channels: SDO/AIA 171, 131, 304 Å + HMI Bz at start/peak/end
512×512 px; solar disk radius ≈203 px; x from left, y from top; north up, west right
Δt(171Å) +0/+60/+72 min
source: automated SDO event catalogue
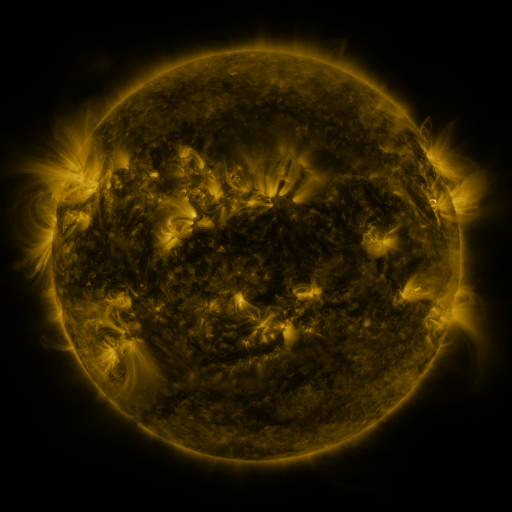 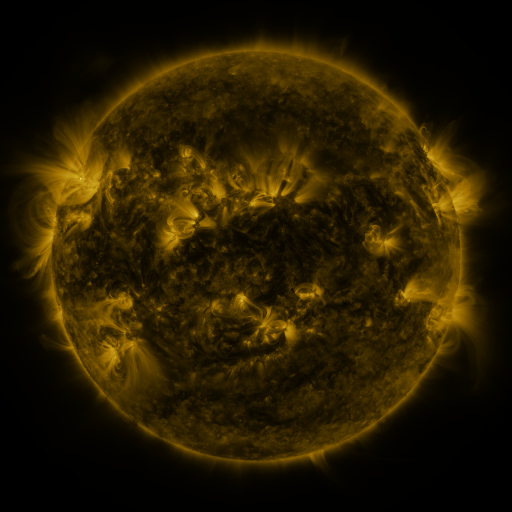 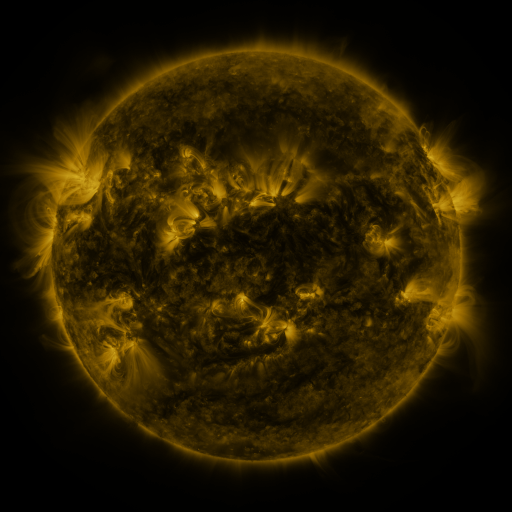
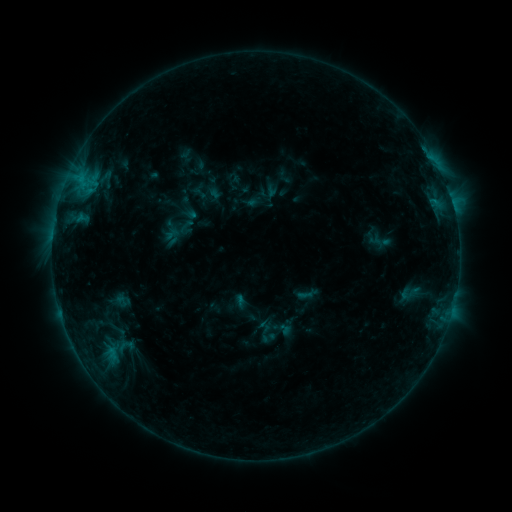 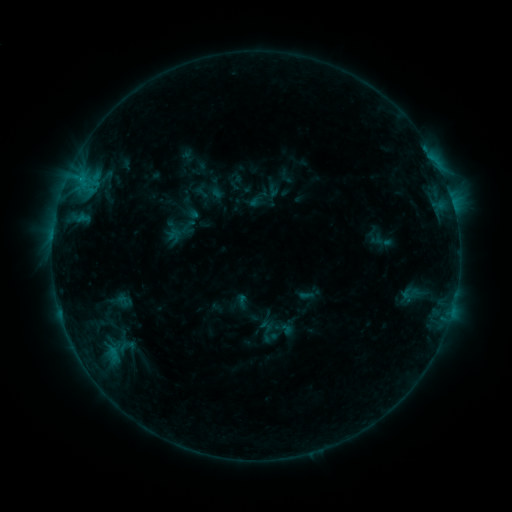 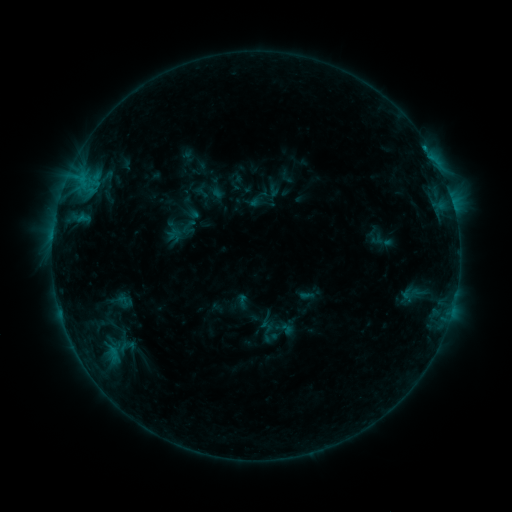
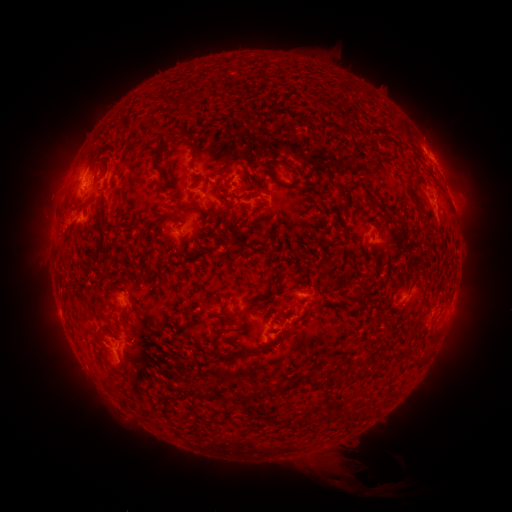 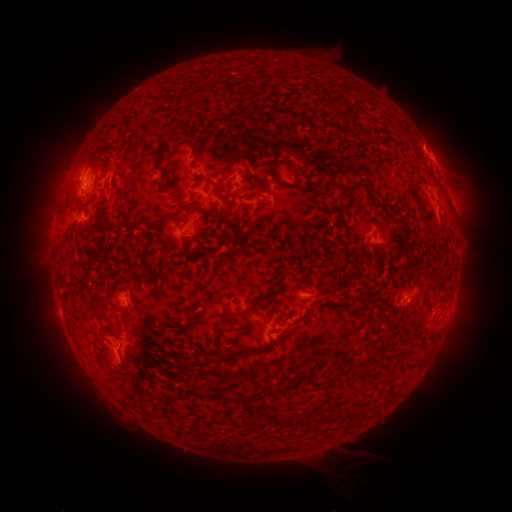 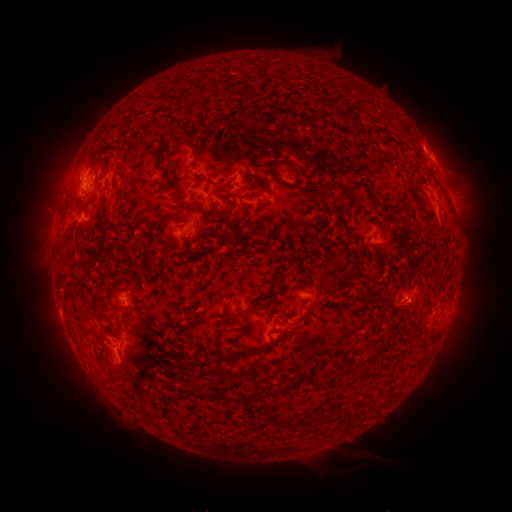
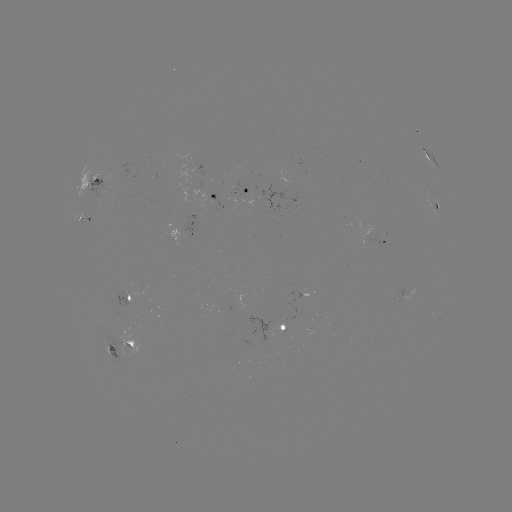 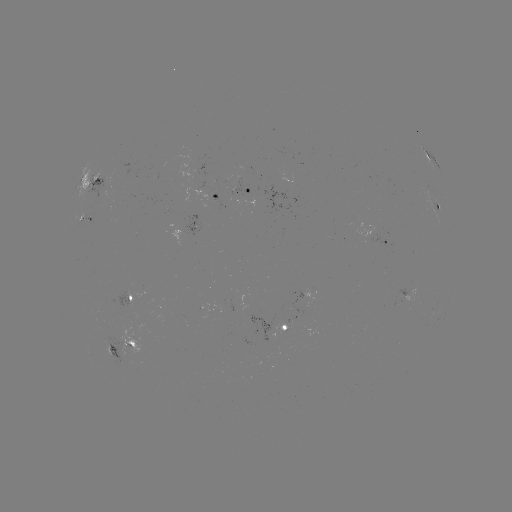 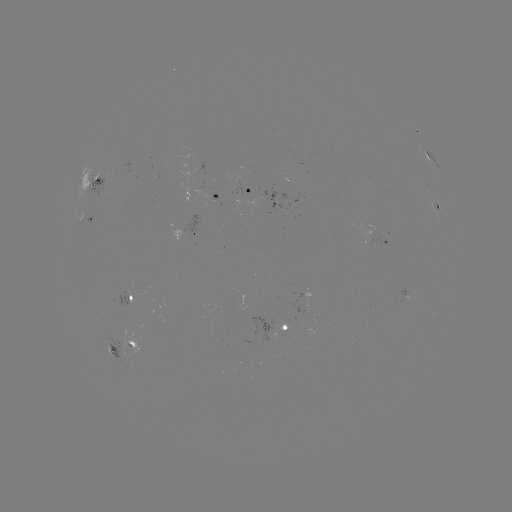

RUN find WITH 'emerging-flux region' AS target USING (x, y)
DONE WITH (406, 299) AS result